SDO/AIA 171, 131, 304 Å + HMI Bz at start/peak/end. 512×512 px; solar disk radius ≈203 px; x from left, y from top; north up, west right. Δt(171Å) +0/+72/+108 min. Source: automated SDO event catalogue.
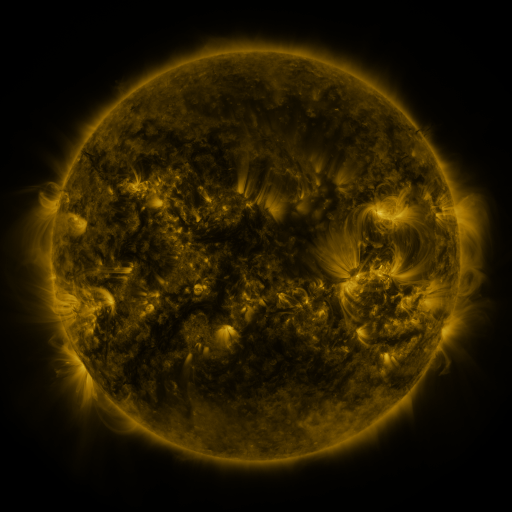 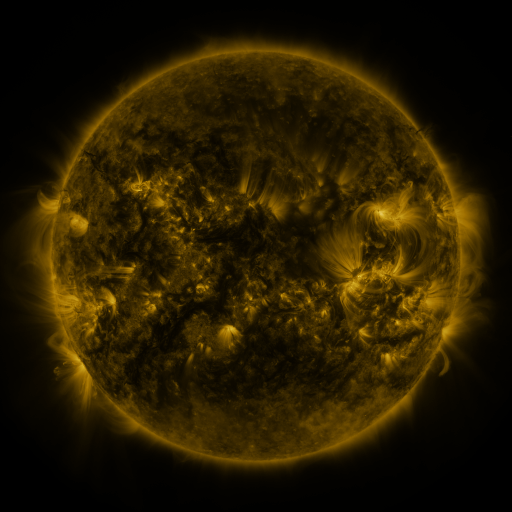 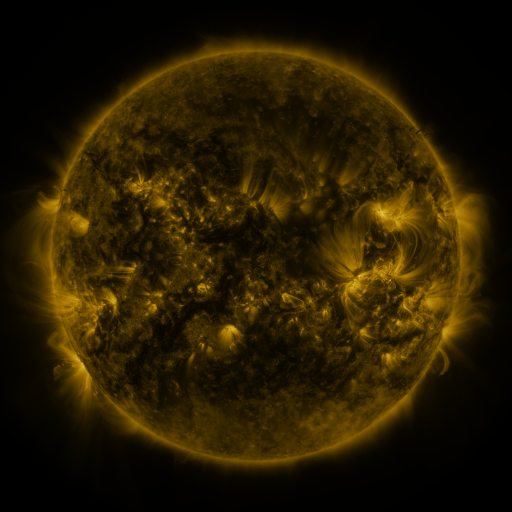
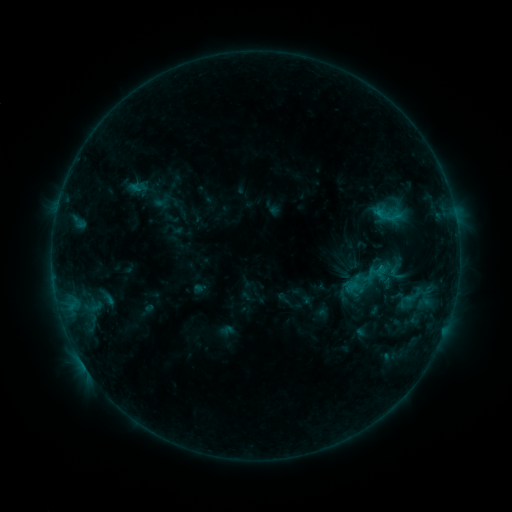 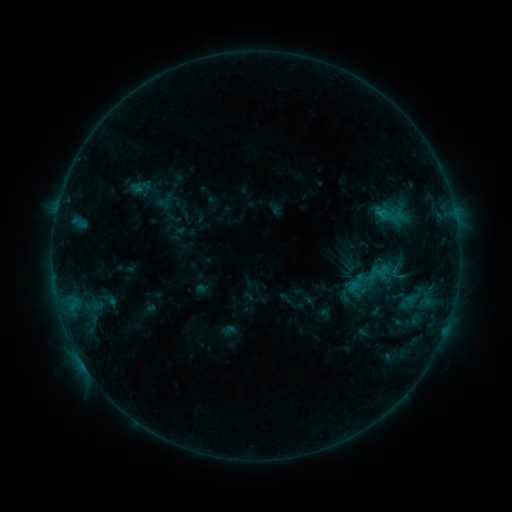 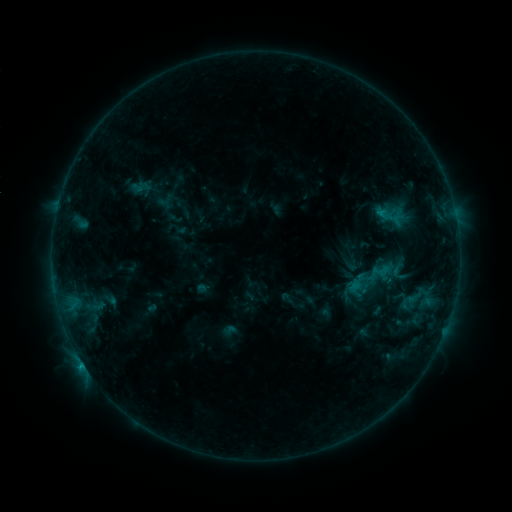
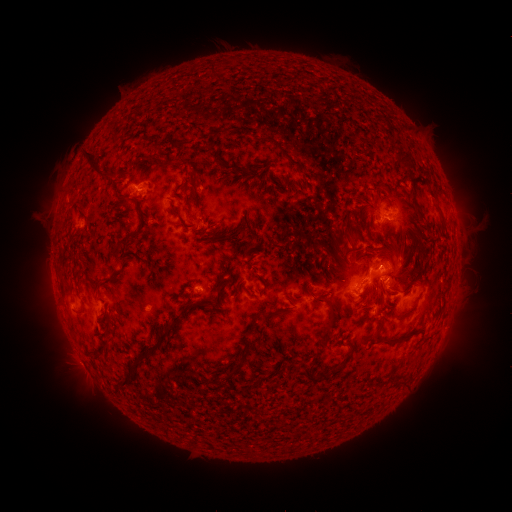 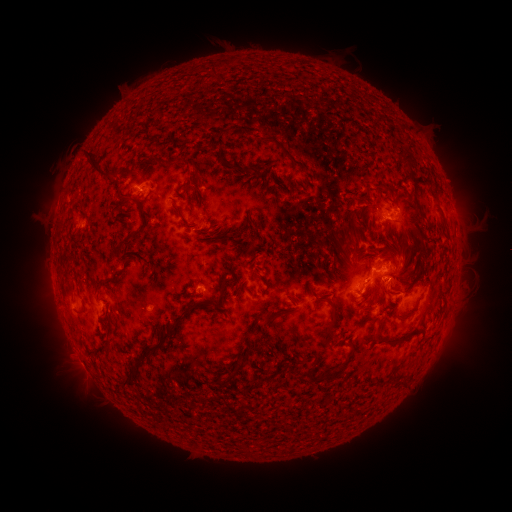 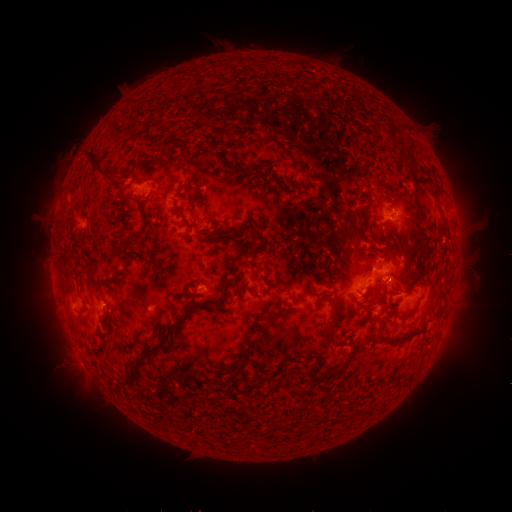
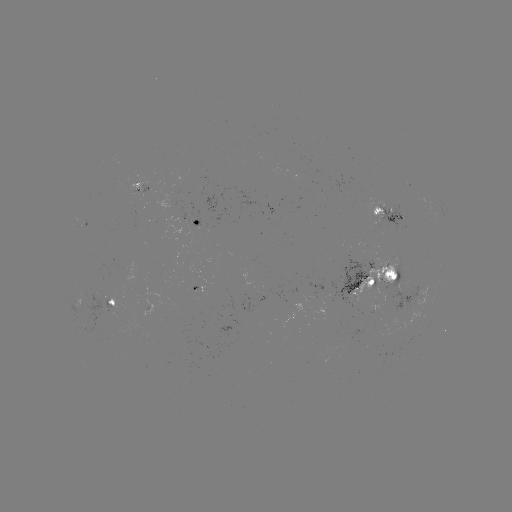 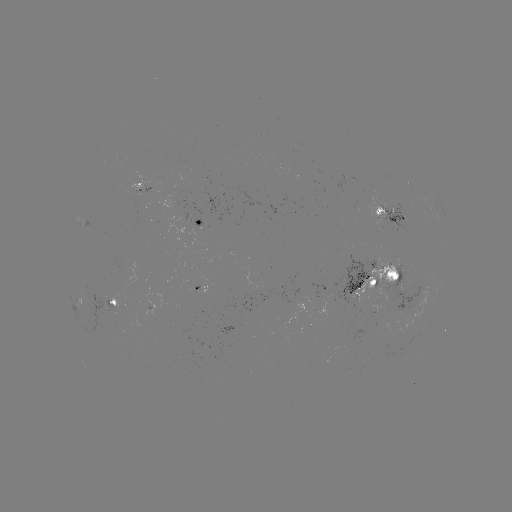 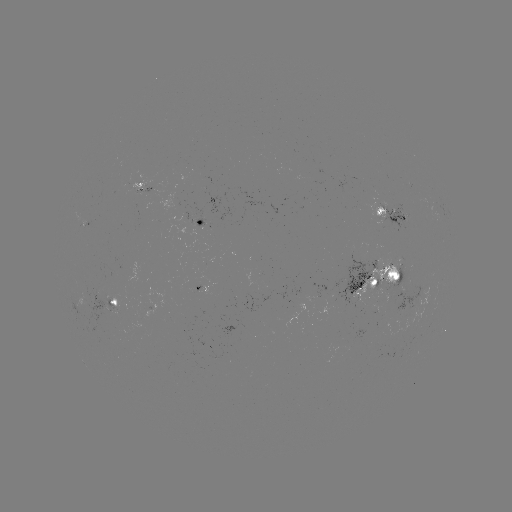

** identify emerging-flux region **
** [207, 263] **